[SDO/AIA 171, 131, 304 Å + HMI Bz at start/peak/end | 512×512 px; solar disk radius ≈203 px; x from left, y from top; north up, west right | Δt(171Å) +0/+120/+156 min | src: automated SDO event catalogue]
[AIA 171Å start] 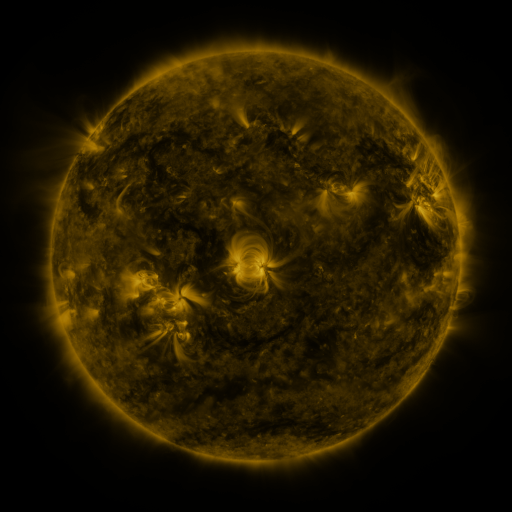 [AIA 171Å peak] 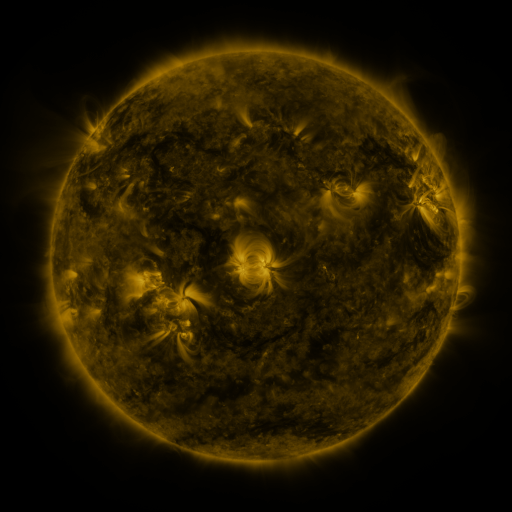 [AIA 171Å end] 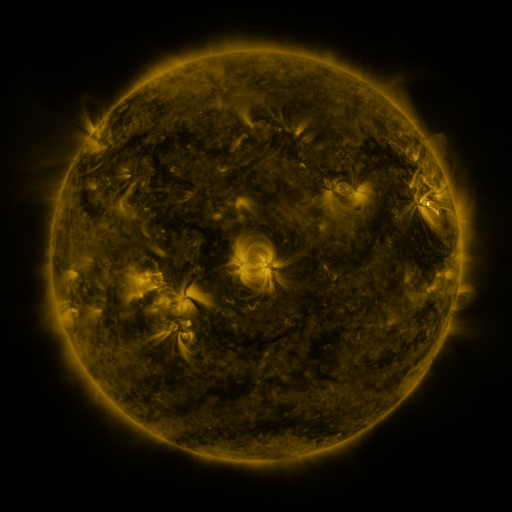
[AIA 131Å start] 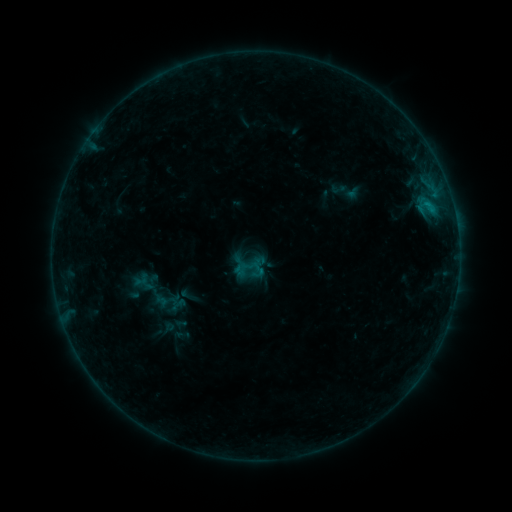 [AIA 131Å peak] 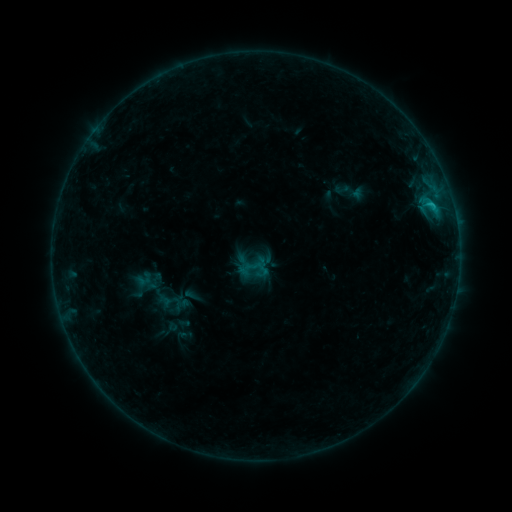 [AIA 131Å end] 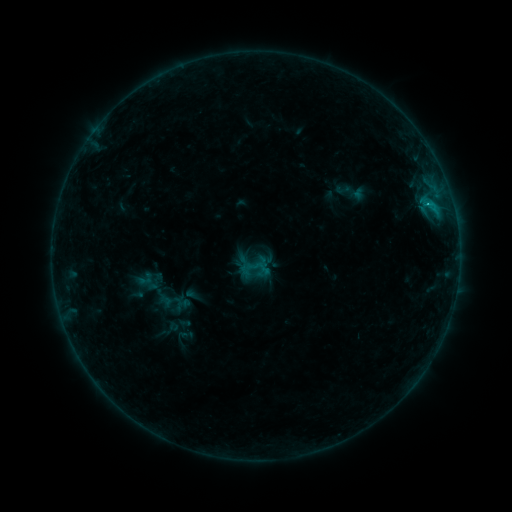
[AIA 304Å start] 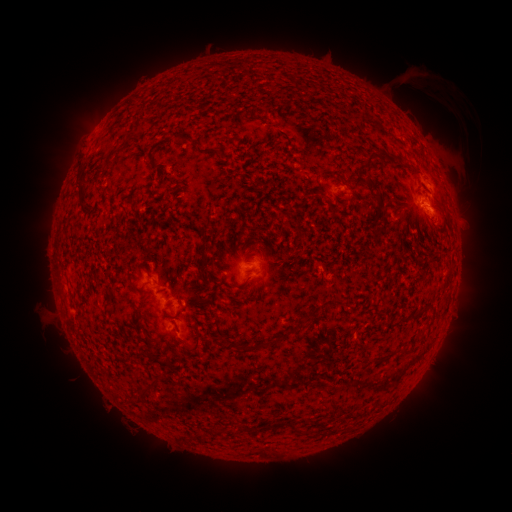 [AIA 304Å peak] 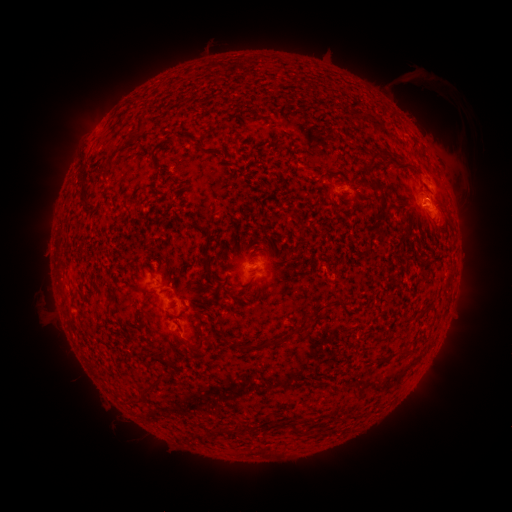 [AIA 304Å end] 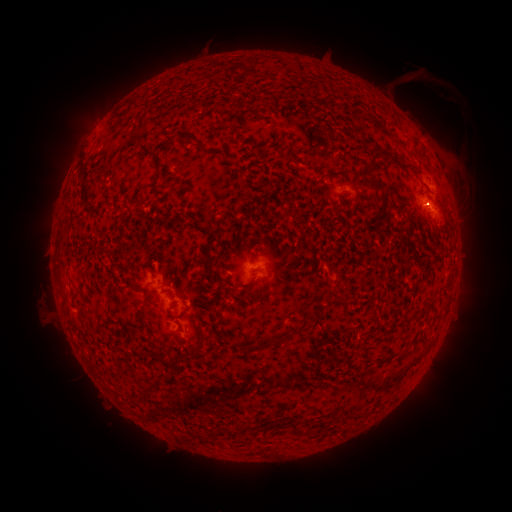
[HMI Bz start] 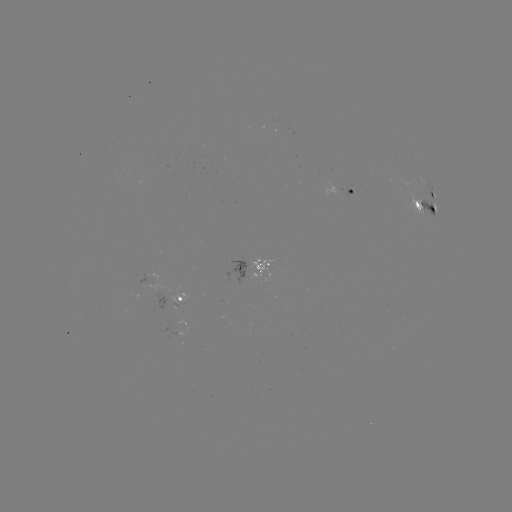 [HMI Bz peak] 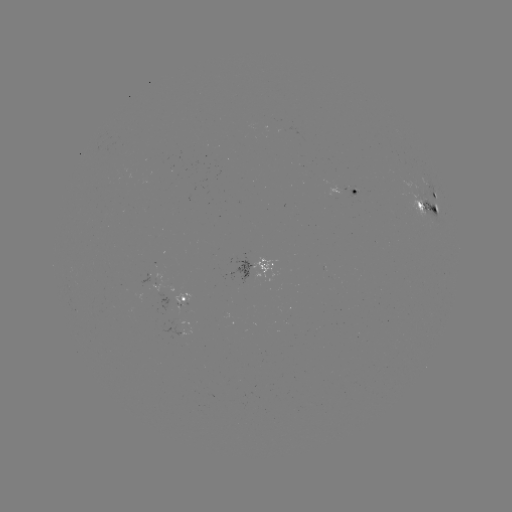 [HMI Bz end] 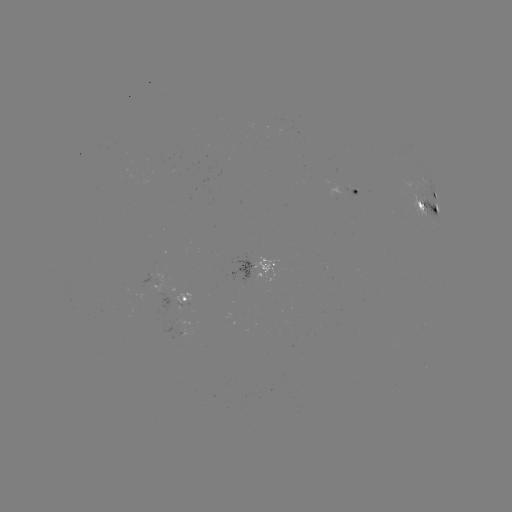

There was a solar emerging-flux region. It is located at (350, 190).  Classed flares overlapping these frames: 1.